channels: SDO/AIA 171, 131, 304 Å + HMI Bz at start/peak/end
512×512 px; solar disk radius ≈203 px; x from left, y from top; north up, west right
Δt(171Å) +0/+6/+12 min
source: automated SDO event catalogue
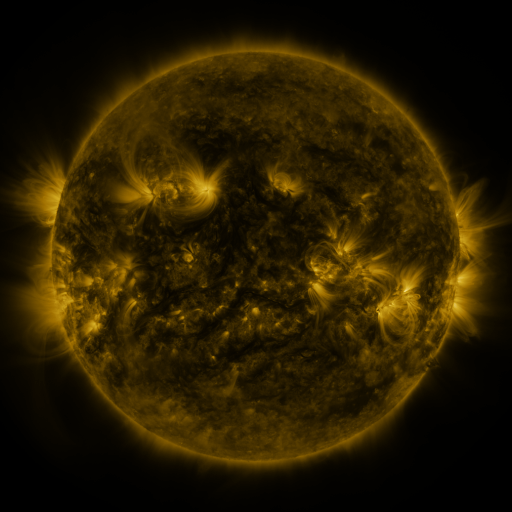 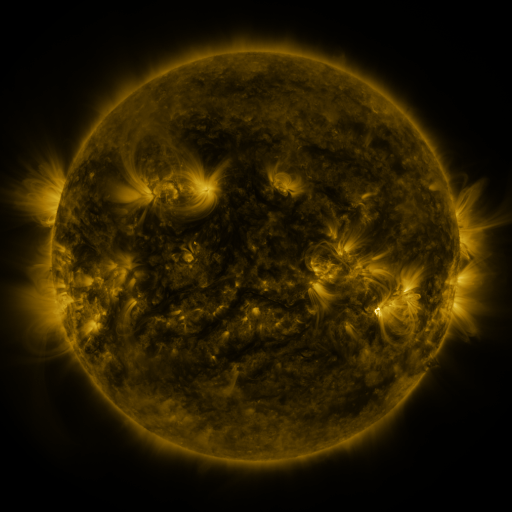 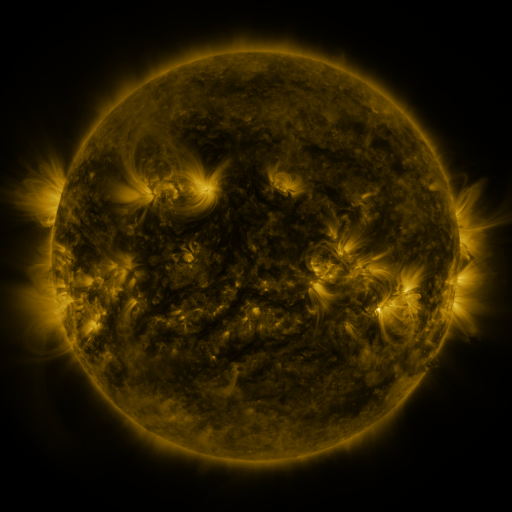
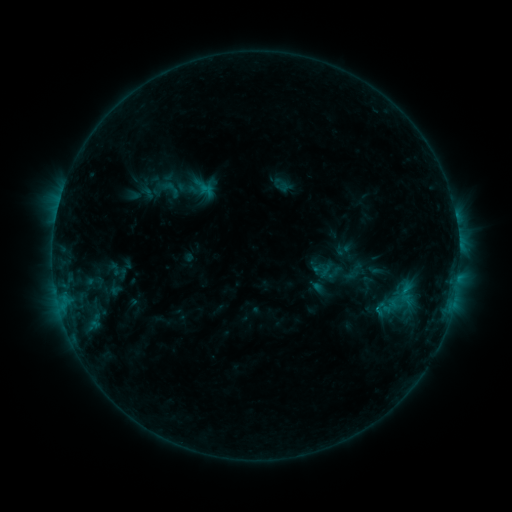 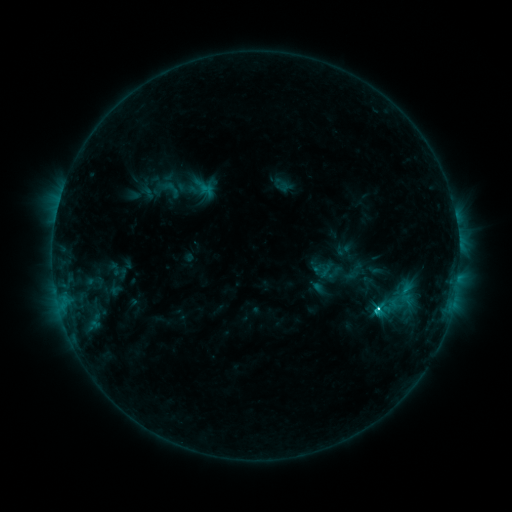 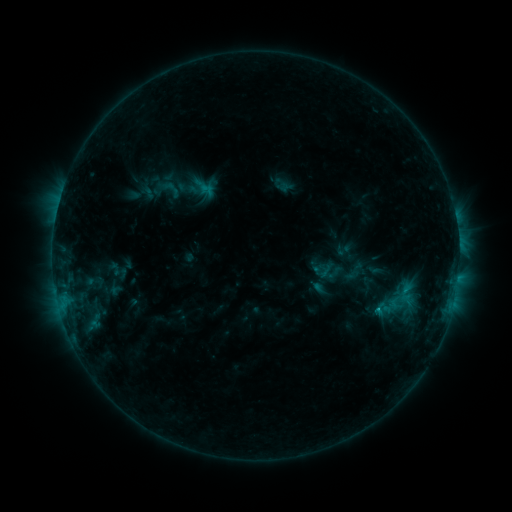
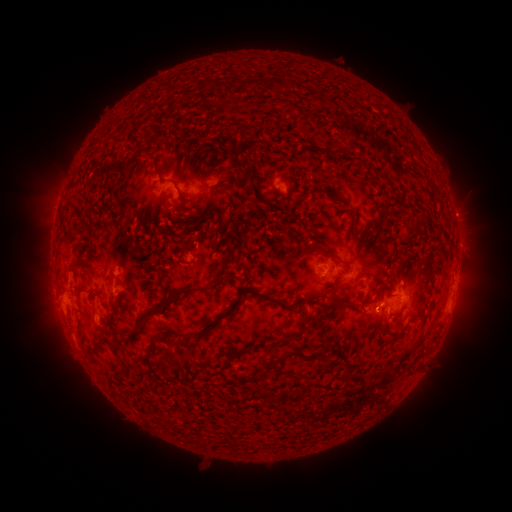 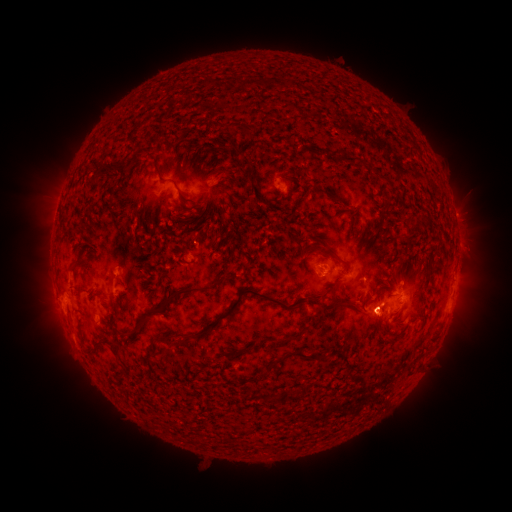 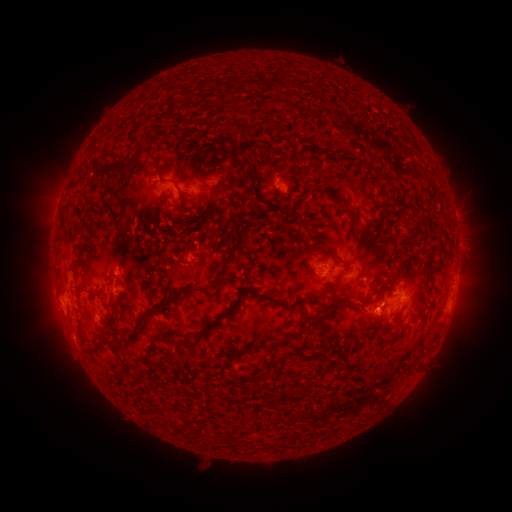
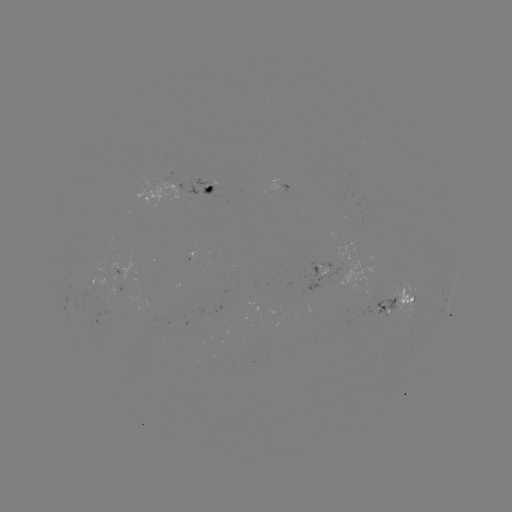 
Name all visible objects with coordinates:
C1.8 flare: (376, 306)
